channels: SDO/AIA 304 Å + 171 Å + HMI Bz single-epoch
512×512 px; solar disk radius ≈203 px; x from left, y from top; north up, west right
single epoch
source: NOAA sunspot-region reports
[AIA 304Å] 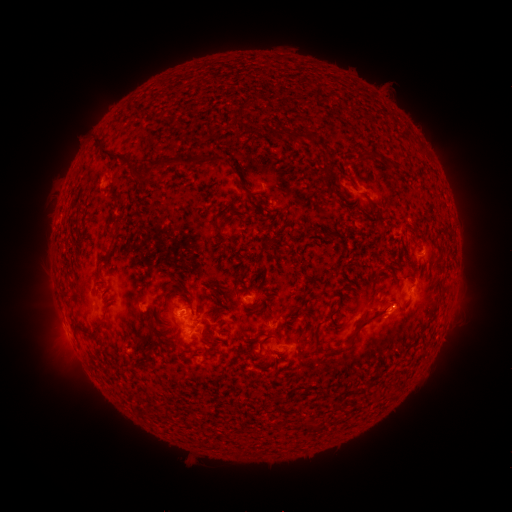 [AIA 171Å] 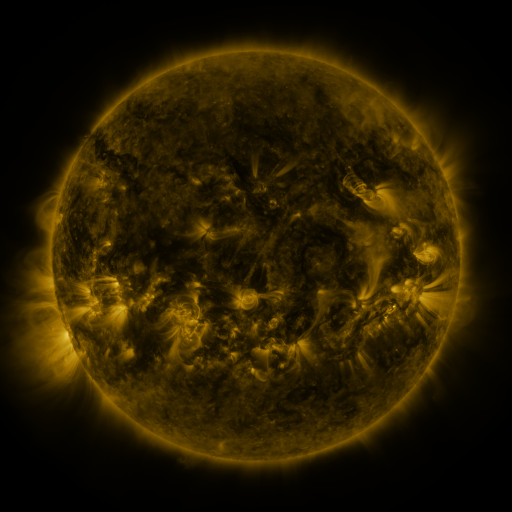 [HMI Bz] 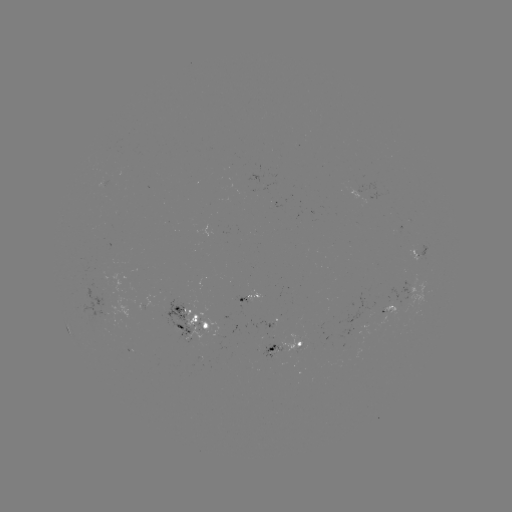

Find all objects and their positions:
spotted active region: (420, 250)
spotted active region: (407, 289)
spotted active region: (252, 301)
spotted active region: (189, 321)
spotted active region: (287, 347)
